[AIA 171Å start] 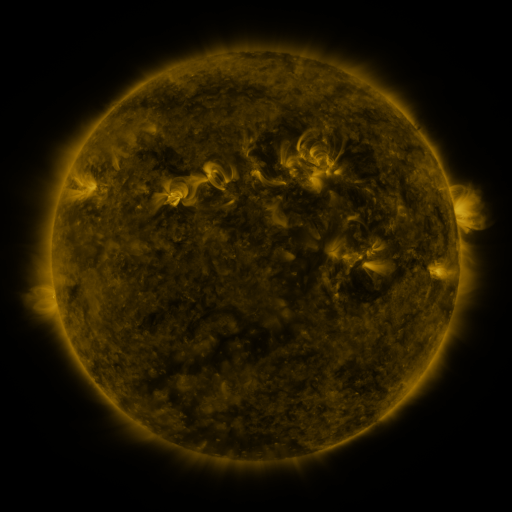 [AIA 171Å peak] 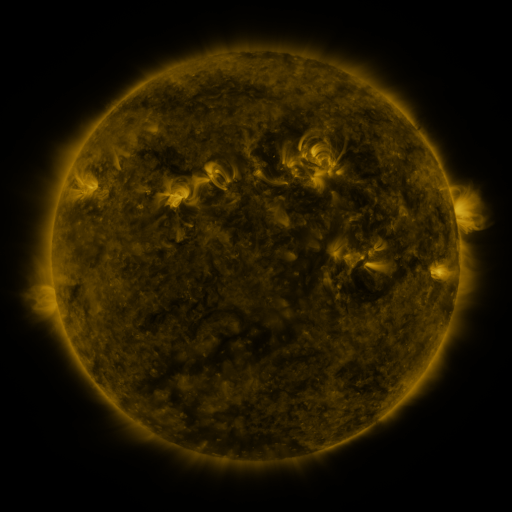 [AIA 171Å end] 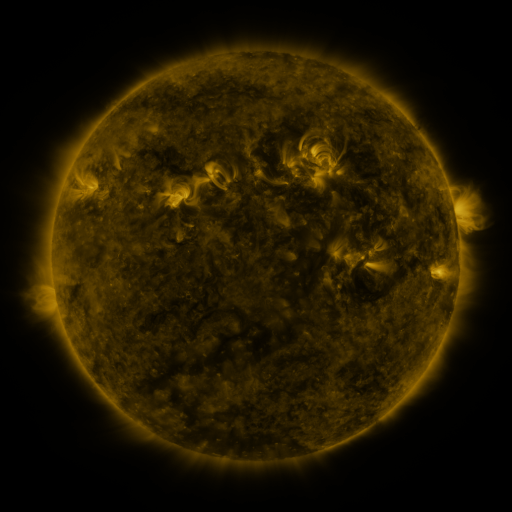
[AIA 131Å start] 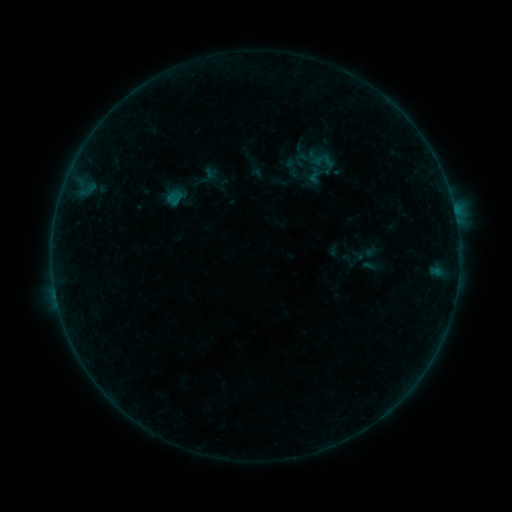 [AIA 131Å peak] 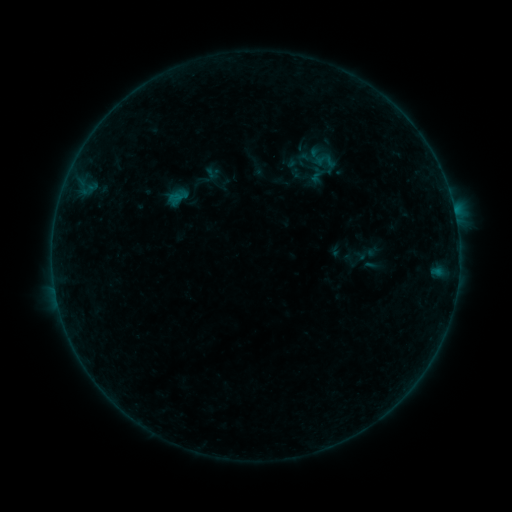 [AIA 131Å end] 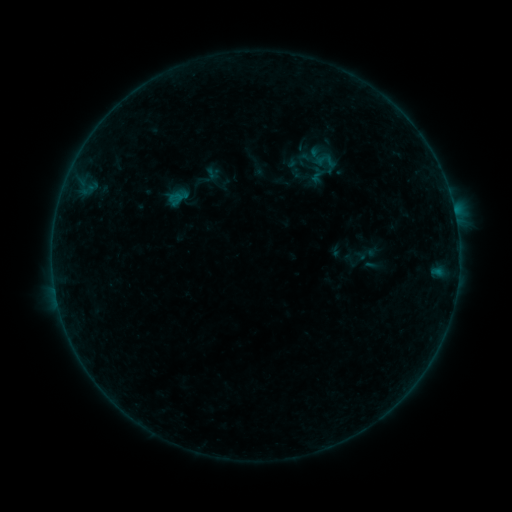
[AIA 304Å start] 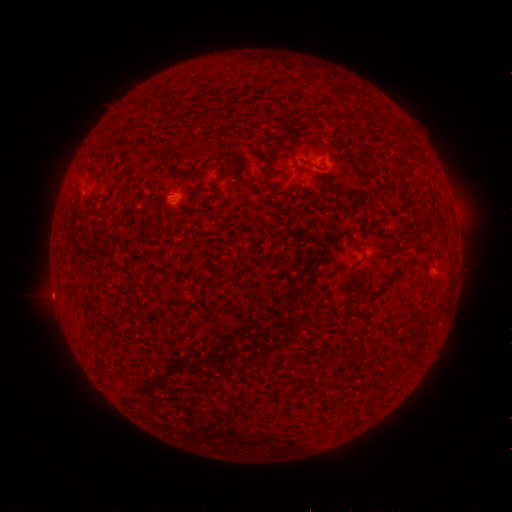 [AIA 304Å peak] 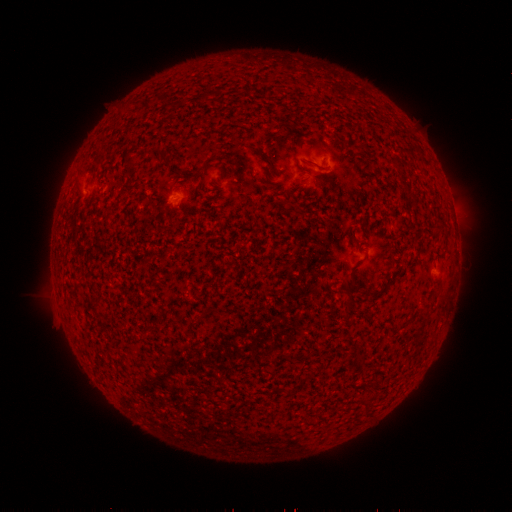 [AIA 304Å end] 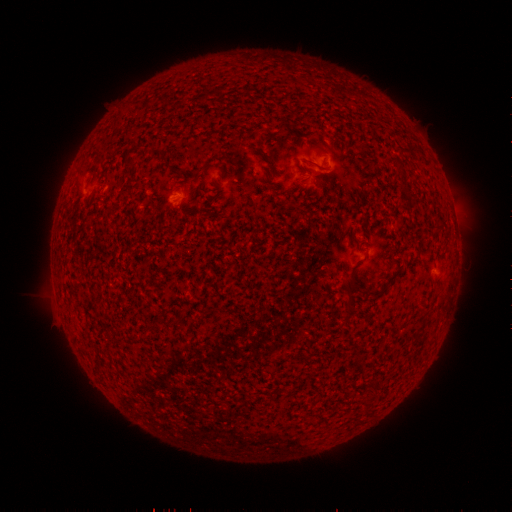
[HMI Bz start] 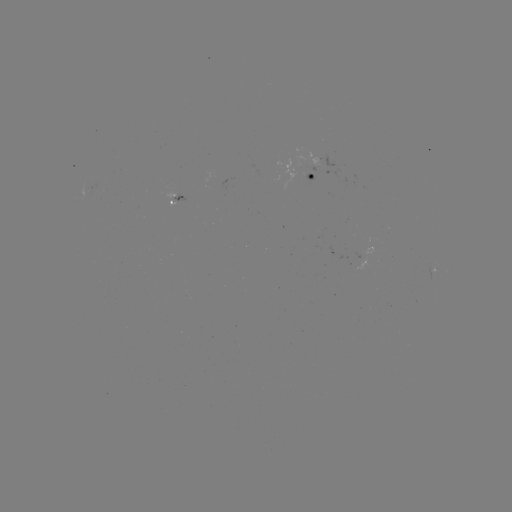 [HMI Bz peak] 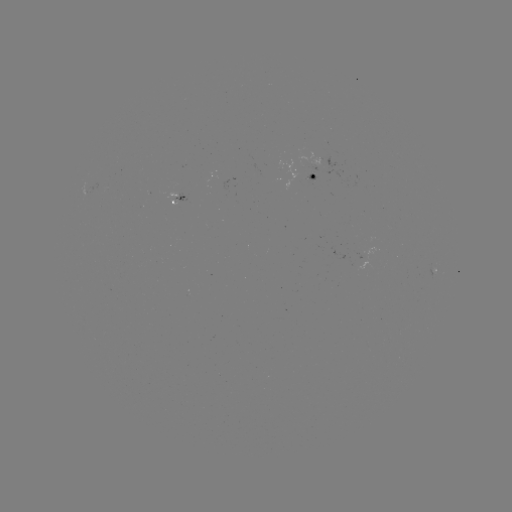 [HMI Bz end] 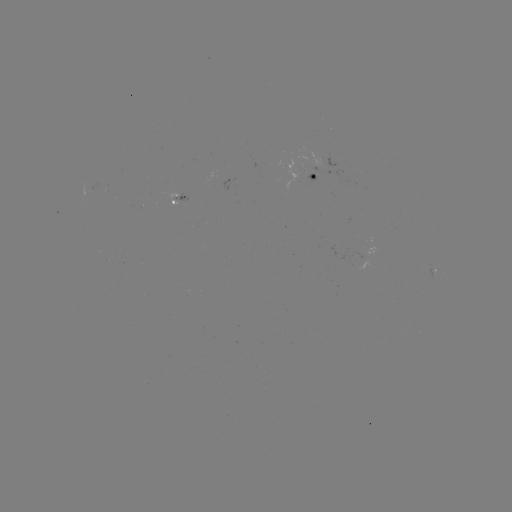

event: emerging-flux region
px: (320, 165)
